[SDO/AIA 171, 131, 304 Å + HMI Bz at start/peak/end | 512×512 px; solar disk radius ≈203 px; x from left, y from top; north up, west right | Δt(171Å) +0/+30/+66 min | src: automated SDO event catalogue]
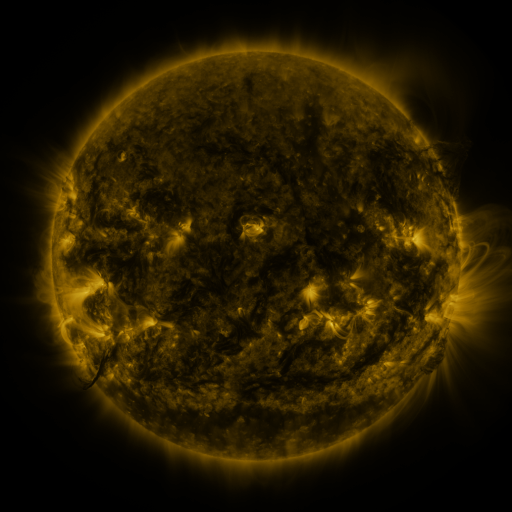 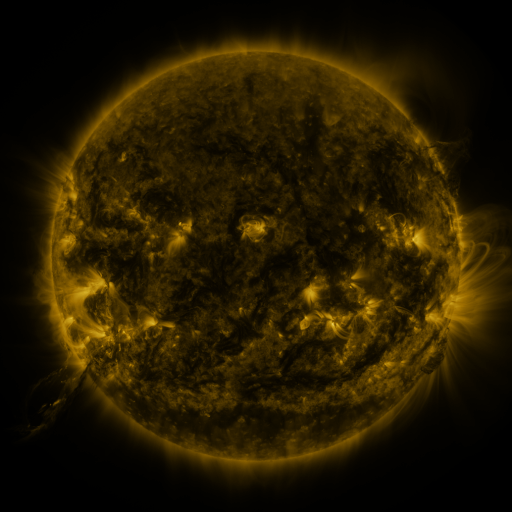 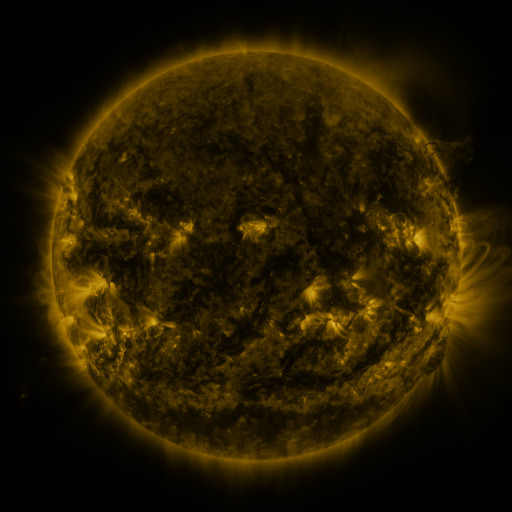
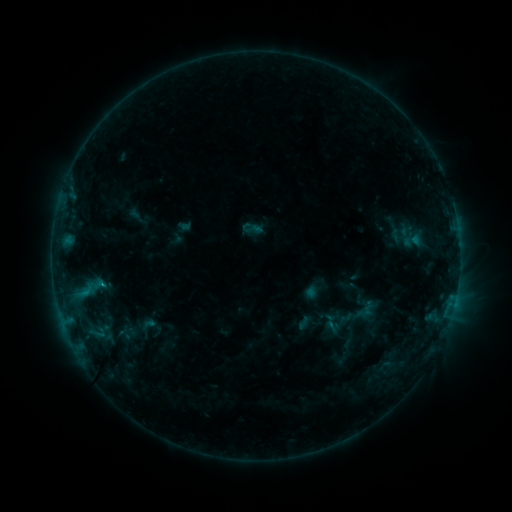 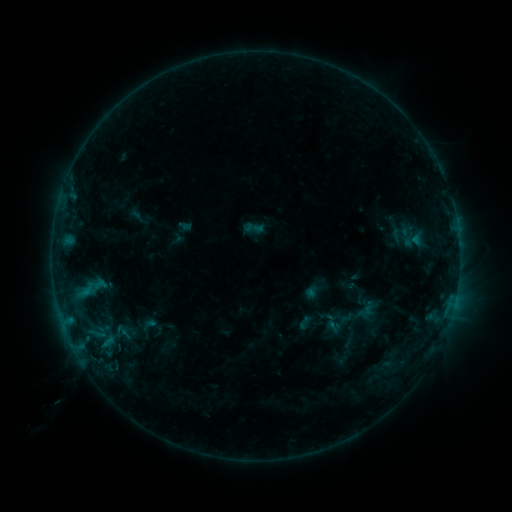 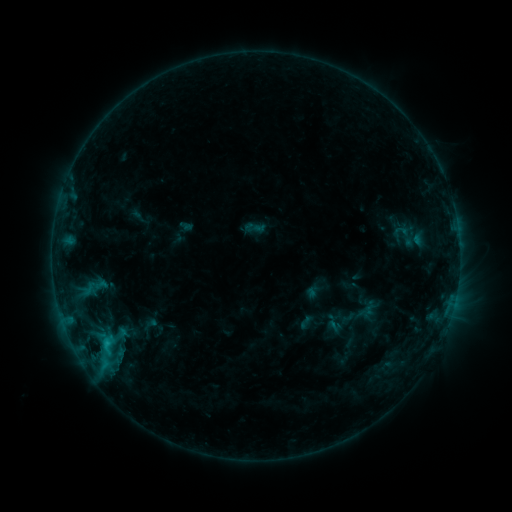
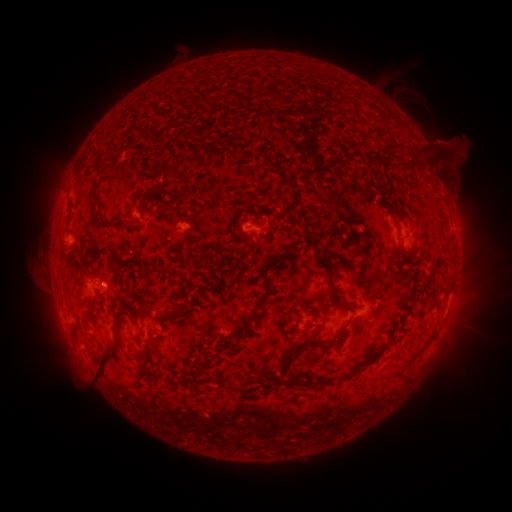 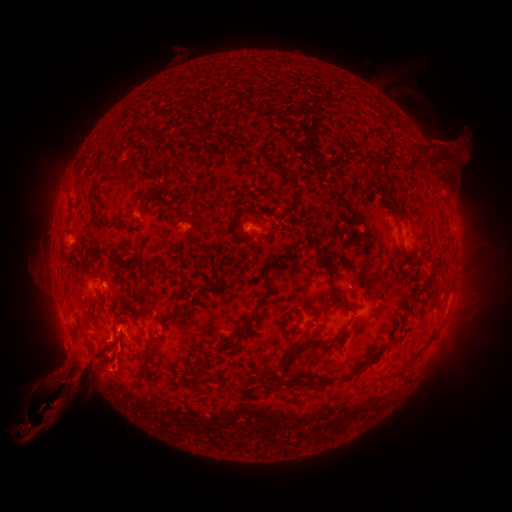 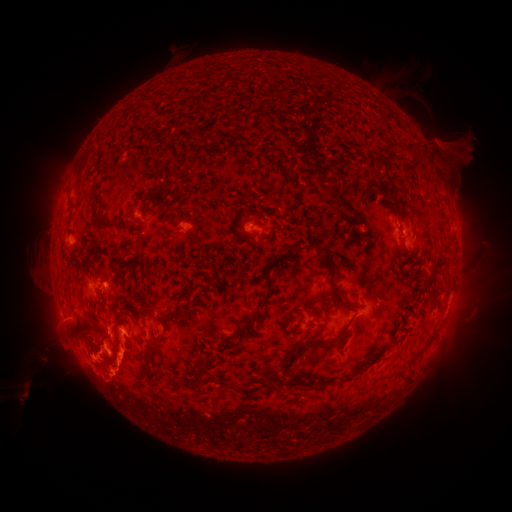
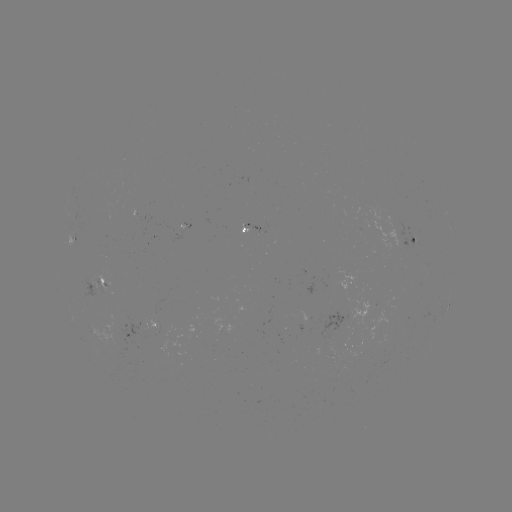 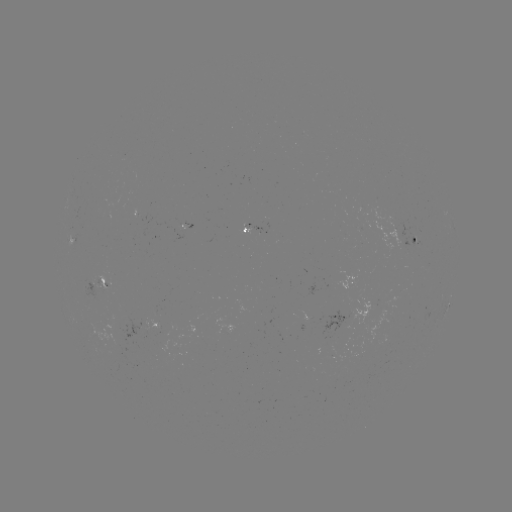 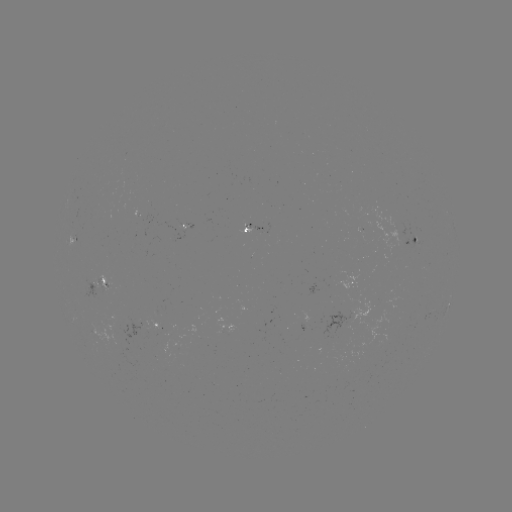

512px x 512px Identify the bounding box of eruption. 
[8, 298, 155, 448].